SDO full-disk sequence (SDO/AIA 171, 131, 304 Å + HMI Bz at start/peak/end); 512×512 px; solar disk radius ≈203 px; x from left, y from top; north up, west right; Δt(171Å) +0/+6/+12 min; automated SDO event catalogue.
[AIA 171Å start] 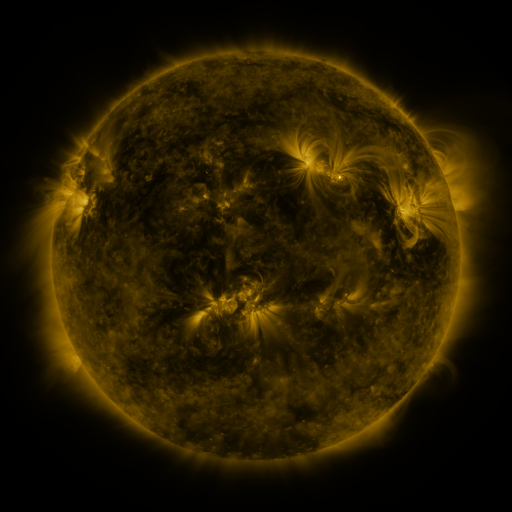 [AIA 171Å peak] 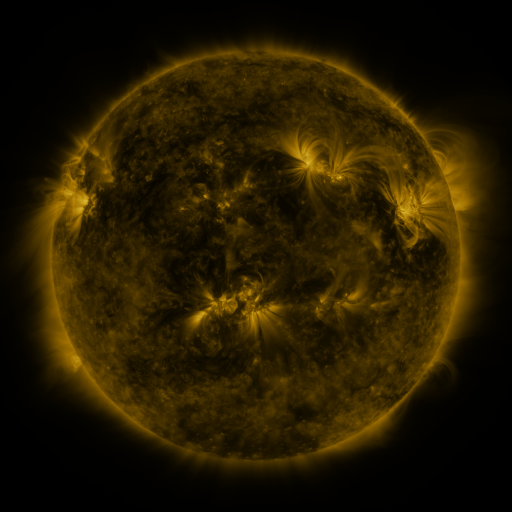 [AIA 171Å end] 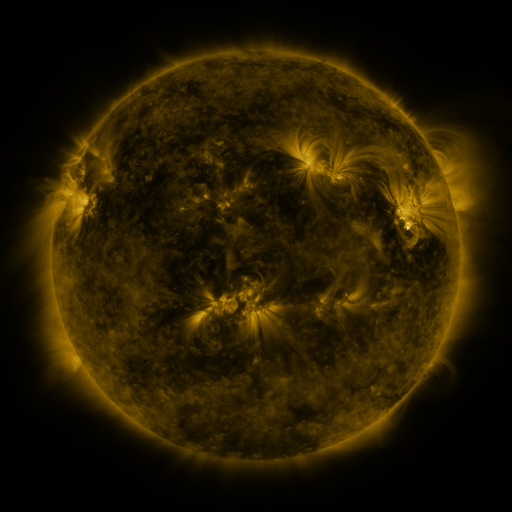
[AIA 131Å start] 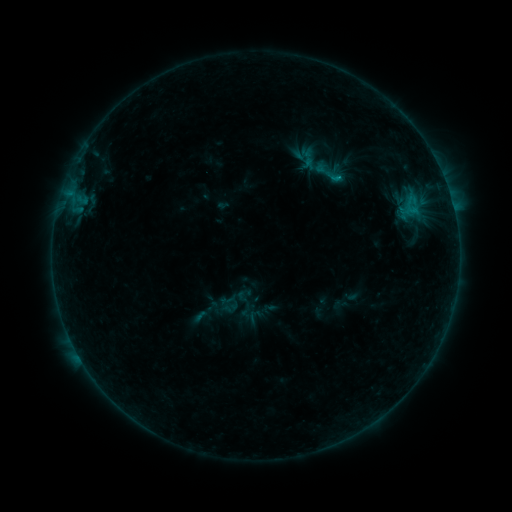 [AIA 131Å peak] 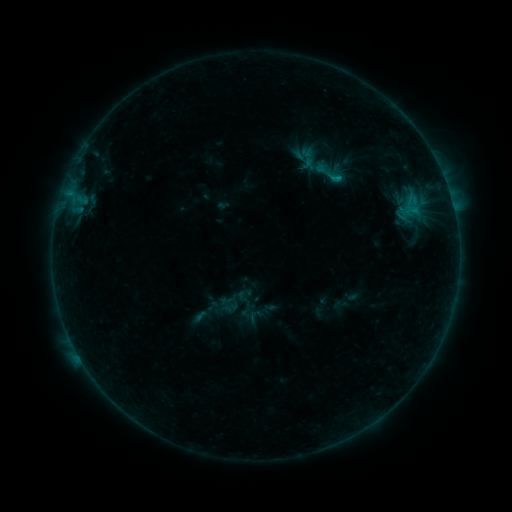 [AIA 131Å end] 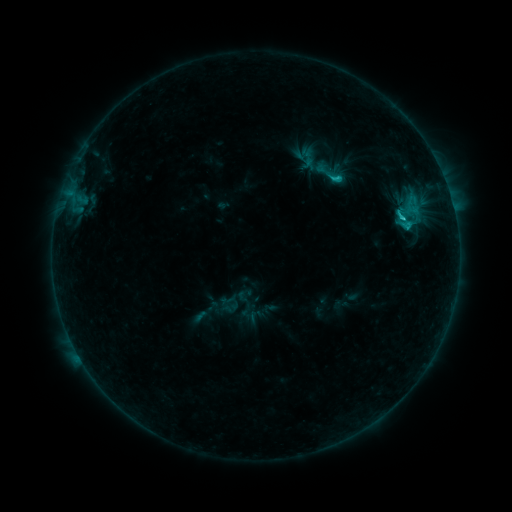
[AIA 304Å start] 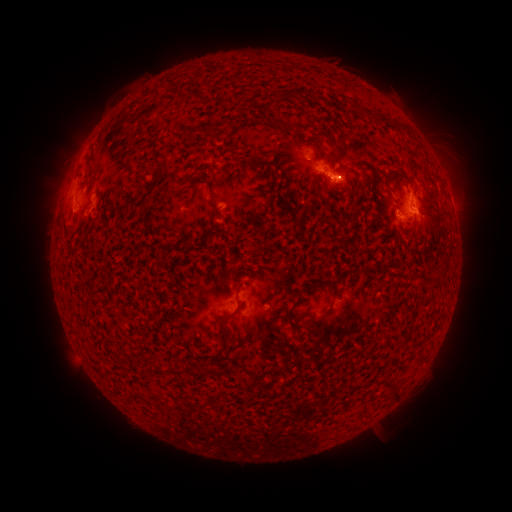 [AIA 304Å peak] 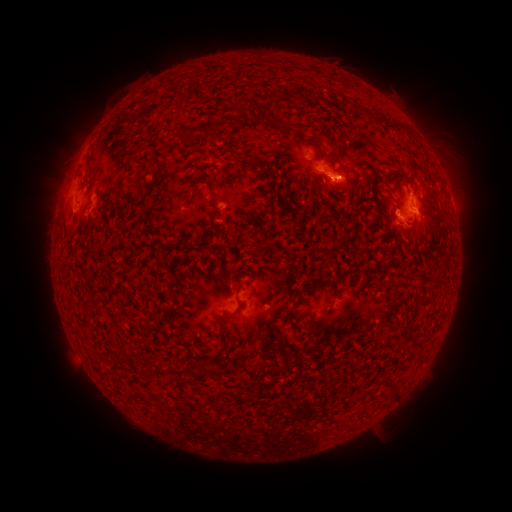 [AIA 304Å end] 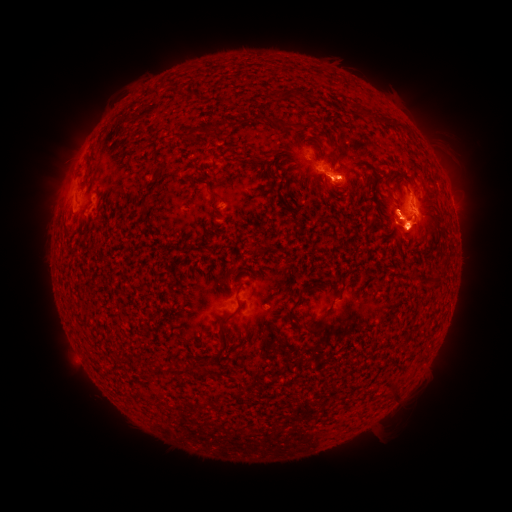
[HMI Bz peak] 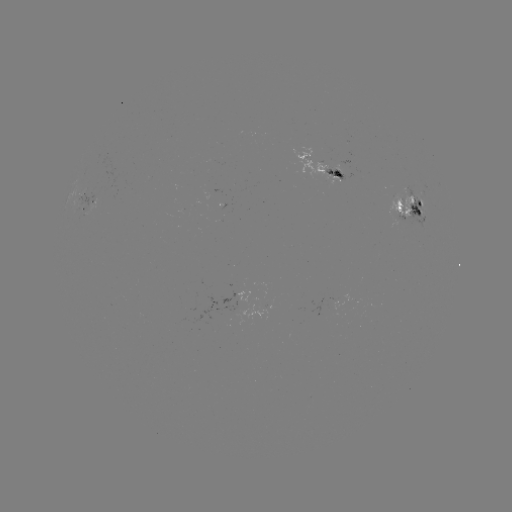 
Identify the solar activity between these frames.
C2.2 flare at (409, 225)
